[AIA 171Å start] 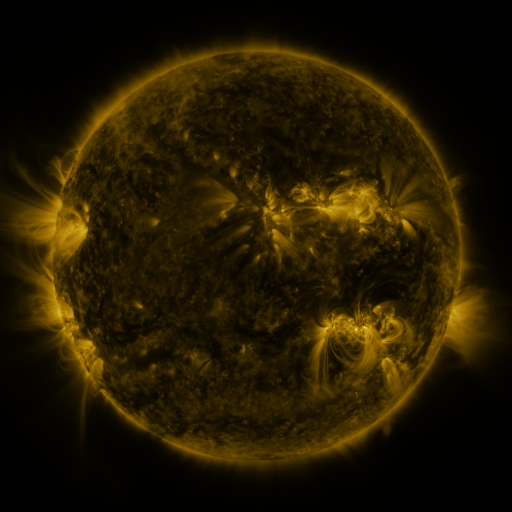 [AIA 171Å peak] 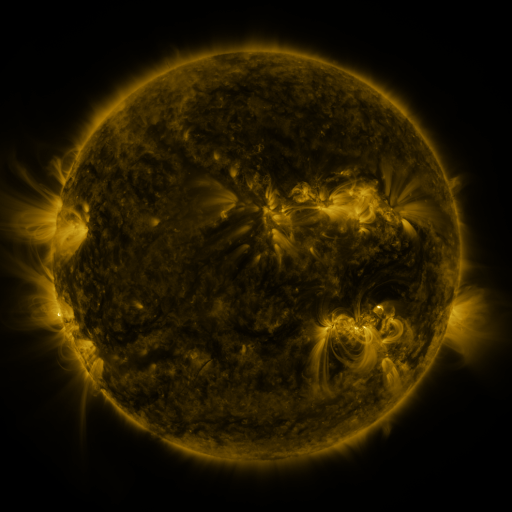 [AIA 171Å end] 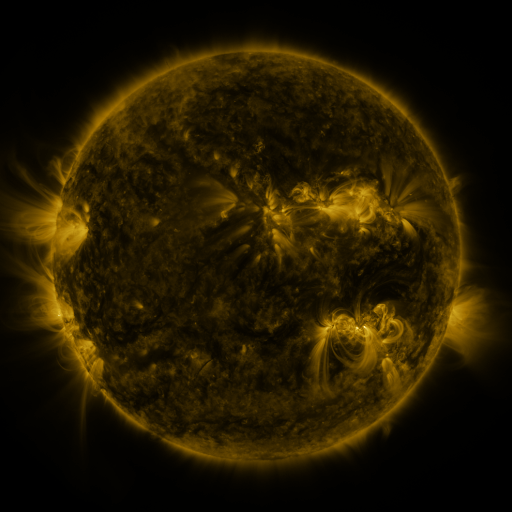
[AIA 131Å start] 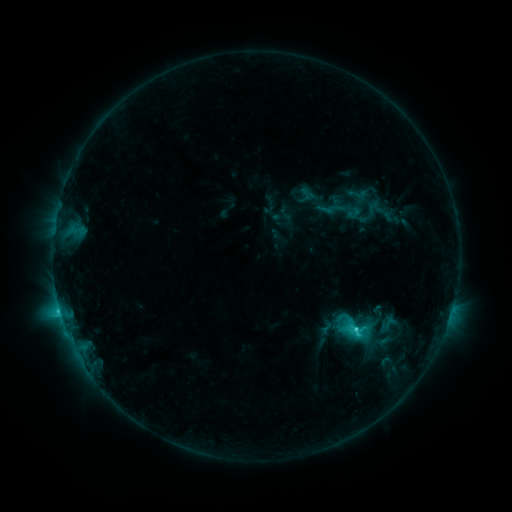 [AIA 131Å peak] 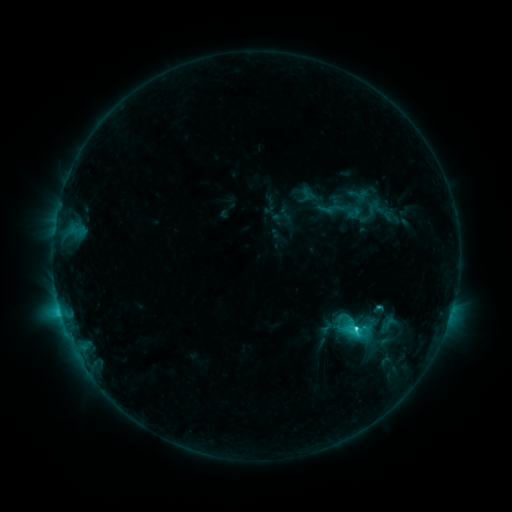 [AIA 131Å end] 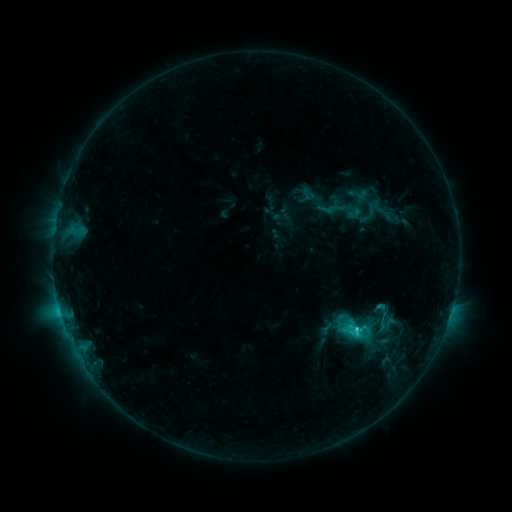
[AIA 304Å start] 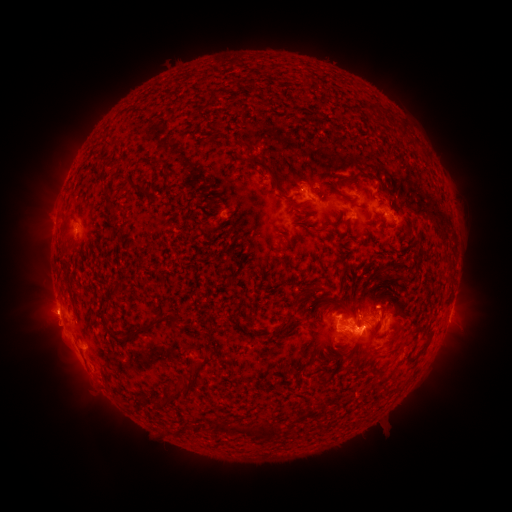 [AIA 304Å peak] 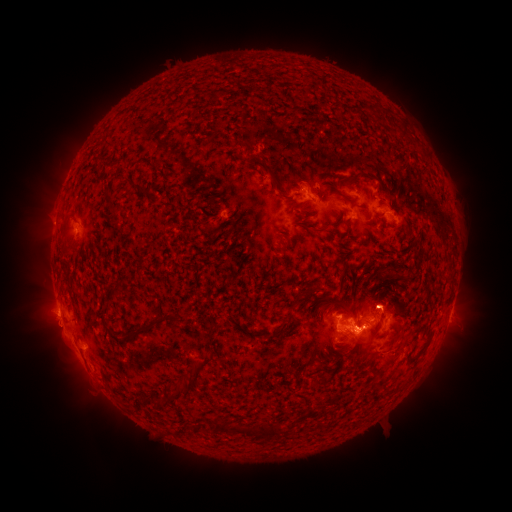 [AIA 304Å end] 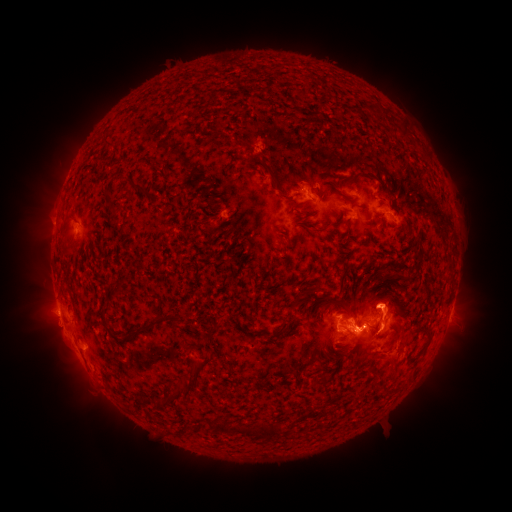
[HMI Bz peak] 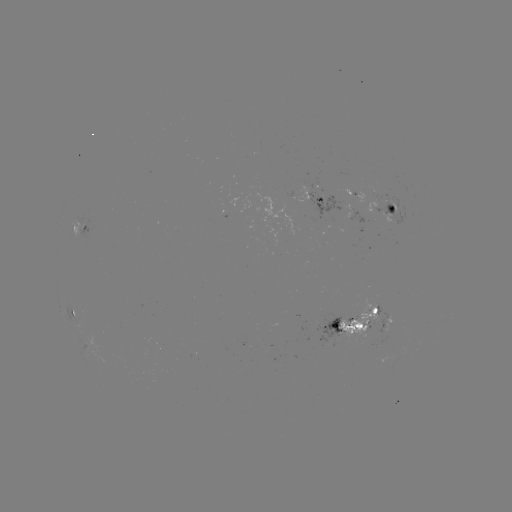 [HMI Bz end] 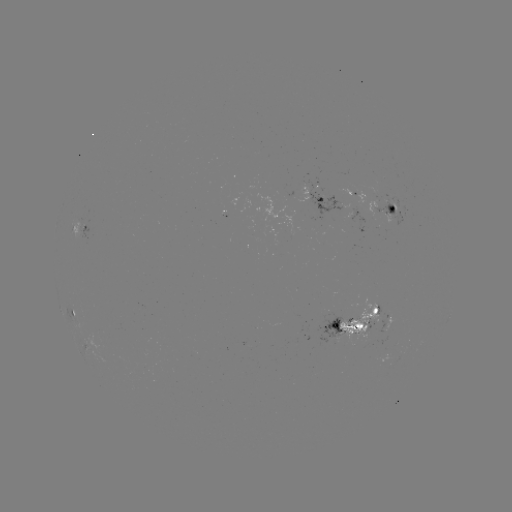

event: eruption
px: (389, 301)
